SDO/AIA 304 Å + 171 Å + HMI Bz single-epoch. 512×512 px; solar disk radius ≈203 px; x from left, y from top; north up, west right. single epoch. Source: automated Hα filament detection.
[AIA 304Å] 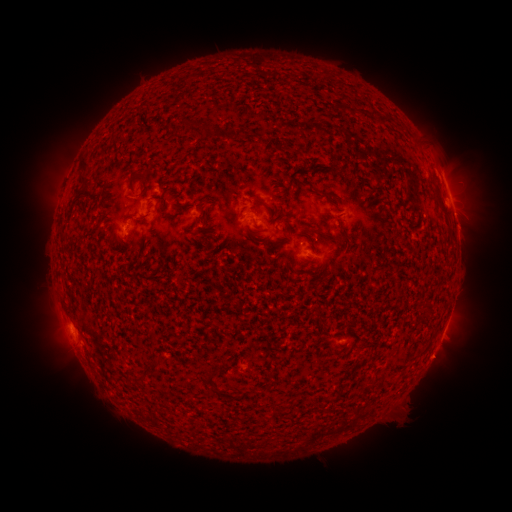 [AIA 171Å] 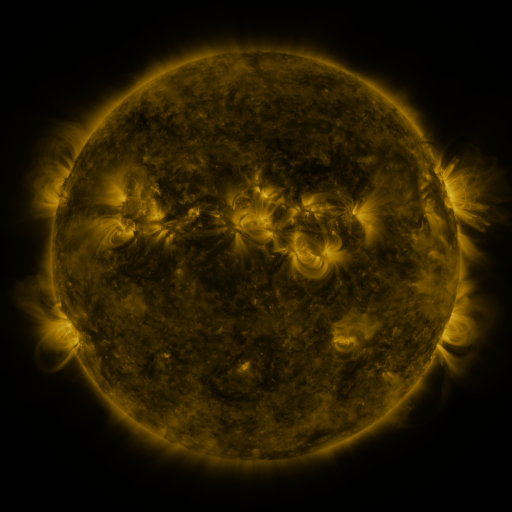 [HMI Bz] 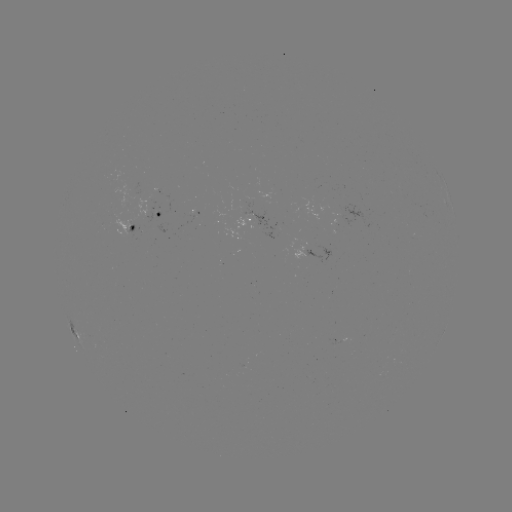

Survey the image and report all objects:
filament: (339, 108)
filament: (364, 115)
filament: (382, 119)
filament: (185, 129)
filament: (206, 133)
filament: (85, 172)
filament: (144, 176)
filament: (264, 205)
filament: (442, 206)
filament: (318, 232)
filament: (342, 233)
filament: (130, 241)
filament: (142, 377)
filament: (209, 377)
